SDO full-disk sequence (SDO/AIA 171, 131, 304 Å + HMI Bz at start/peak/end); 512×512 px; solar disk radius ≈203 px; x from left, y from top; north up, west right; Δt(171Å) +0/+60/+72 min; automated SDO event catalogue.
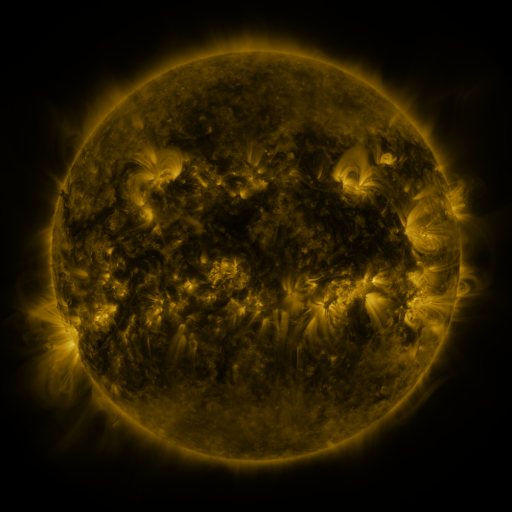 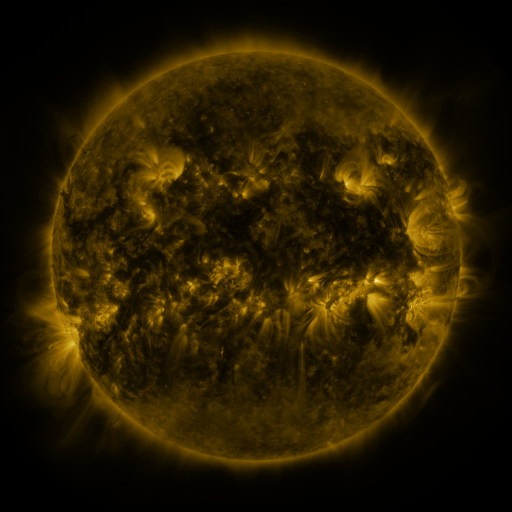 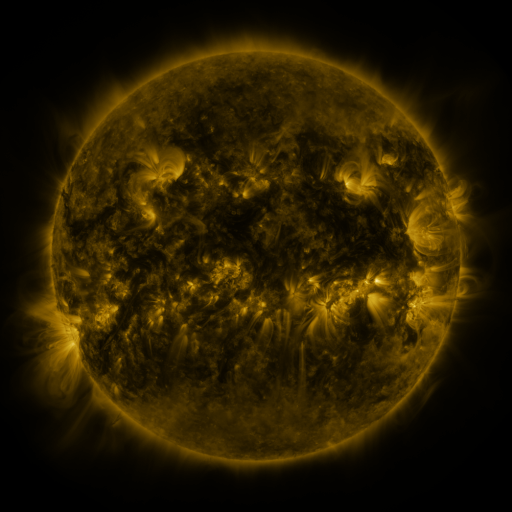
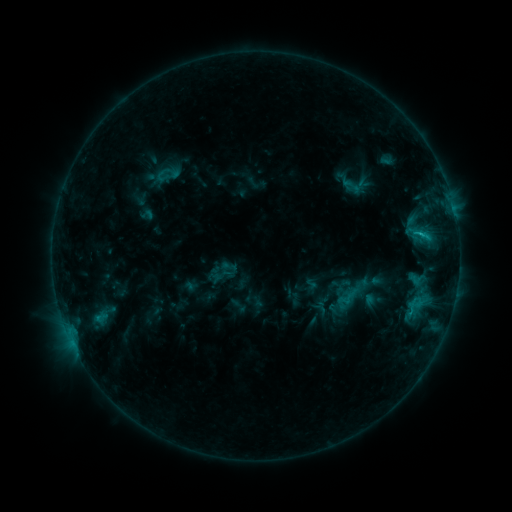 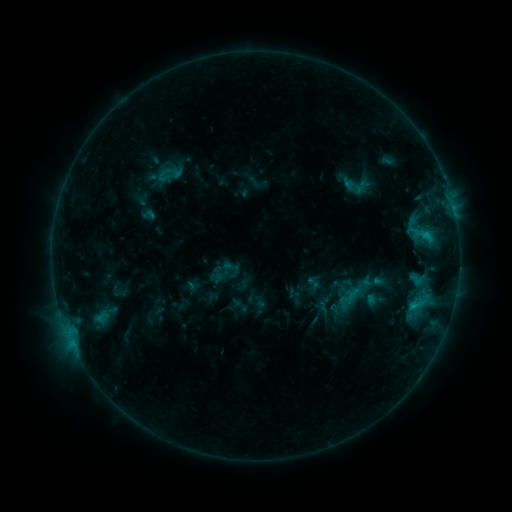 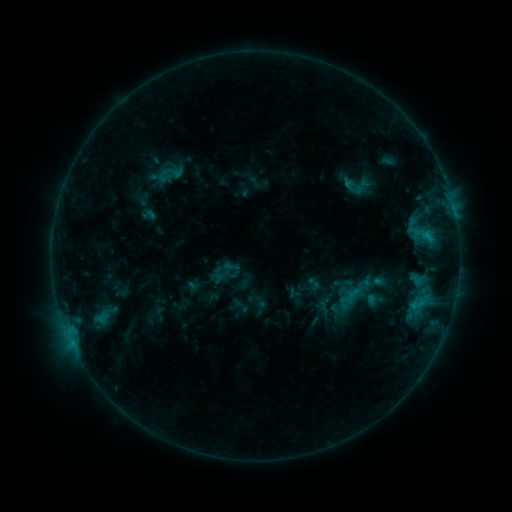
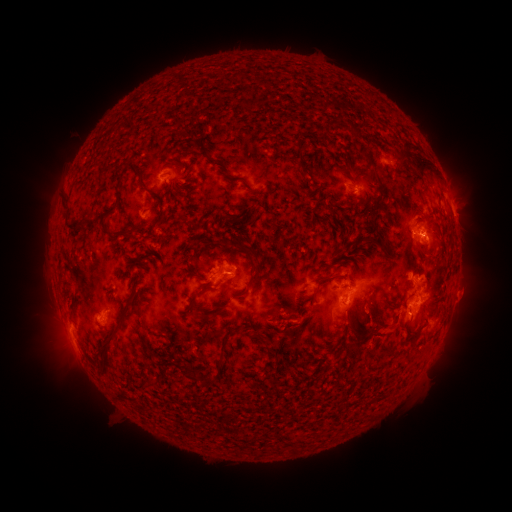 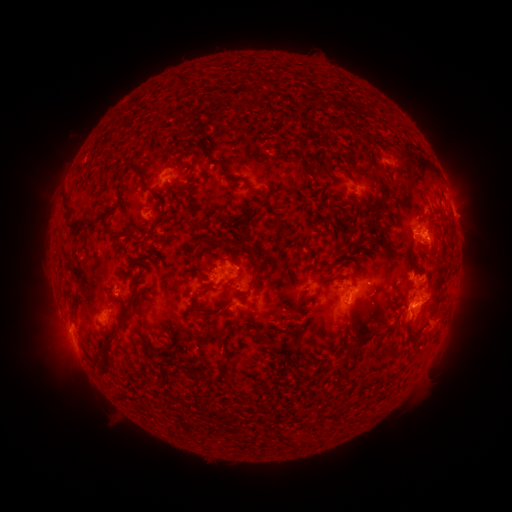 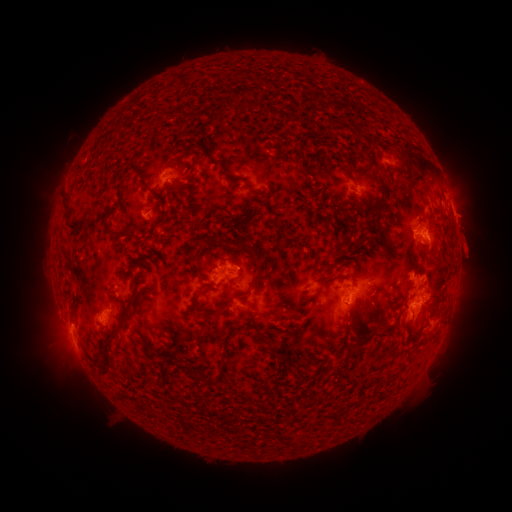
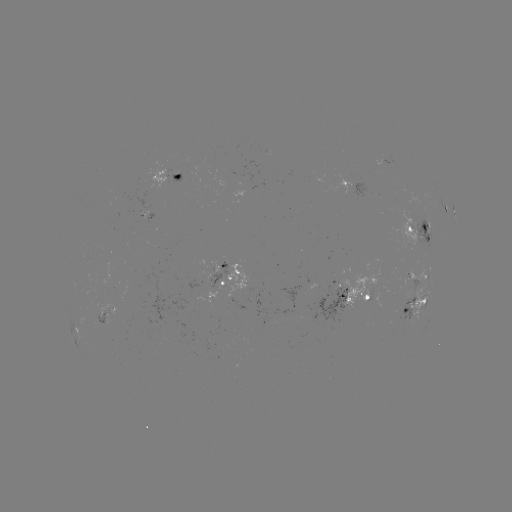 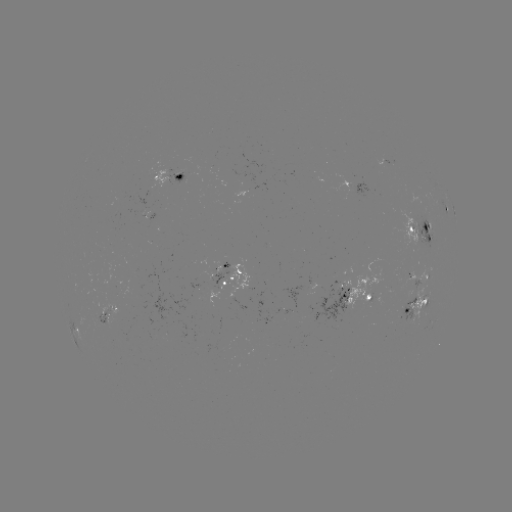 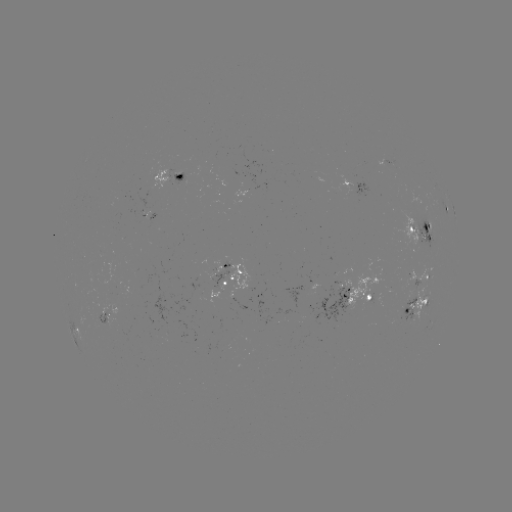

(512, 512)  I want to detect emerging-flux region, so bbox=[404, 263, 435, 324].